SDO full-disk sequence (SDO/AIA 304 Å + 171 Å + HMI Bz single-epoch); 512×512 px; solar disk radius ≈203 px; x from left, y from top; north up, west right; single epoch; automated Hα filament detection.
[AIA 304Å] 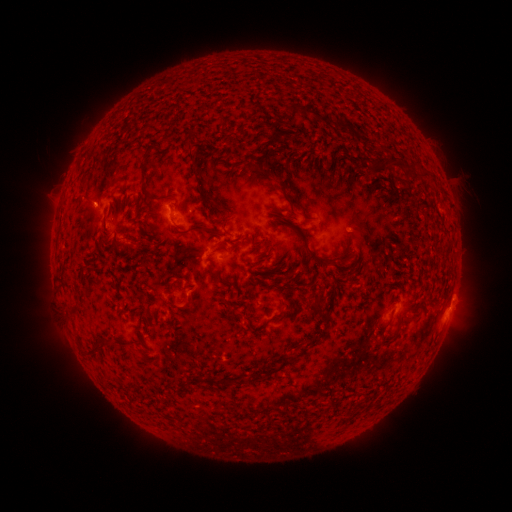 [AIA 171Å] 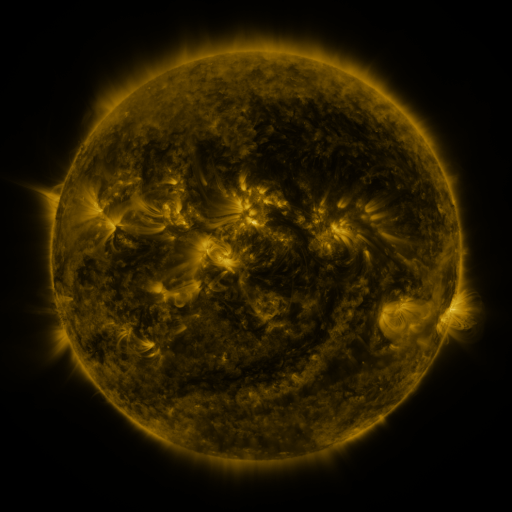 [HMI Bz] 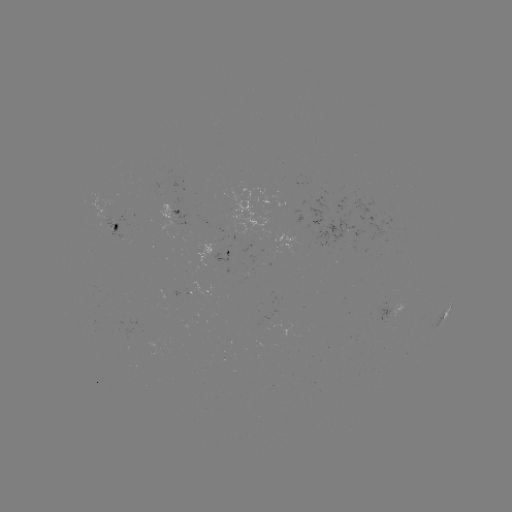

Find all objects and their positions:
filament: (295, 108)
filament: (321, 119)
filament: (342, 126)
filament: (277, 132)
filament: (387, 144)
filament: (265, 154)
filament: (140, 164)
filament: (421, 171)
filament: (349, 184)
filament: (205, 202)
filament: (227, 213)
filament: (276, 216)
filament: (224, 229)
filament: (191, 230)
filament: (249, 243)
filament: (300, 251)
filament: (268, 254)
filament: (319, 260)
filament: (219, 276)
filament: (298, 285)
filament: (182, 304)
filament: (314, 304)
filament: (276, 316)
filament: (396, 333)
filament: (98, 349)
filament: (138, 355)
filament: (273, 369)
filament: (231, 382)
